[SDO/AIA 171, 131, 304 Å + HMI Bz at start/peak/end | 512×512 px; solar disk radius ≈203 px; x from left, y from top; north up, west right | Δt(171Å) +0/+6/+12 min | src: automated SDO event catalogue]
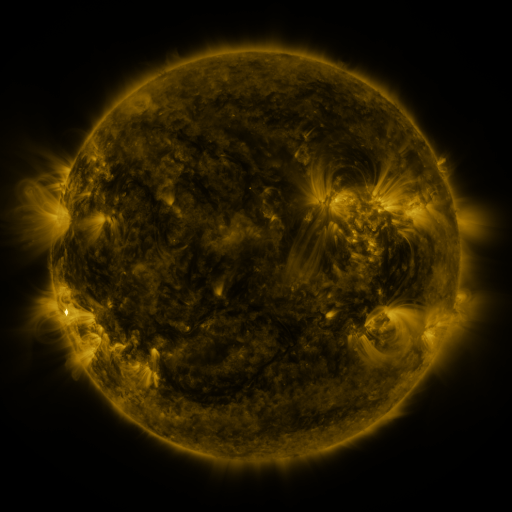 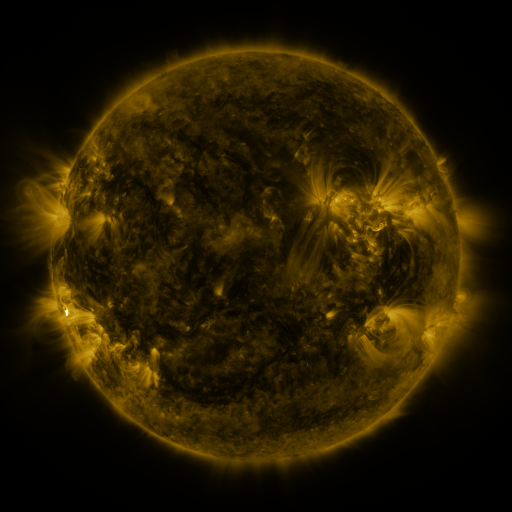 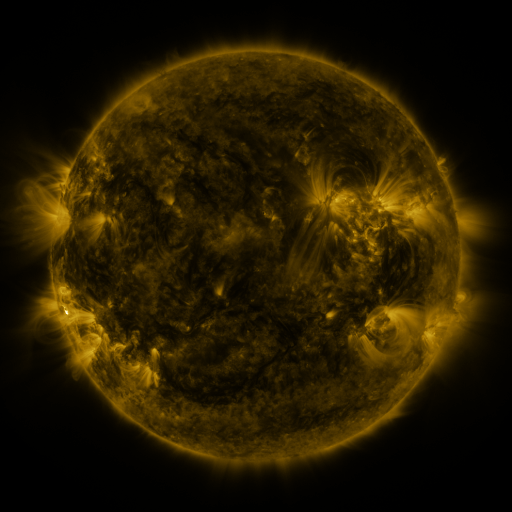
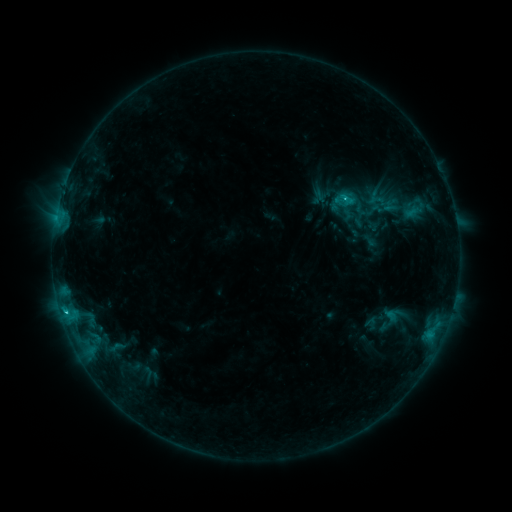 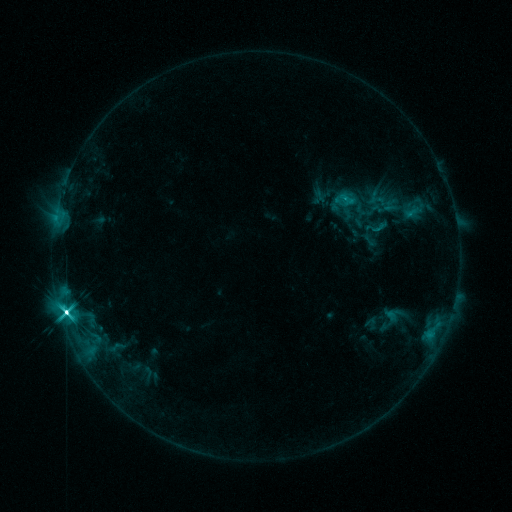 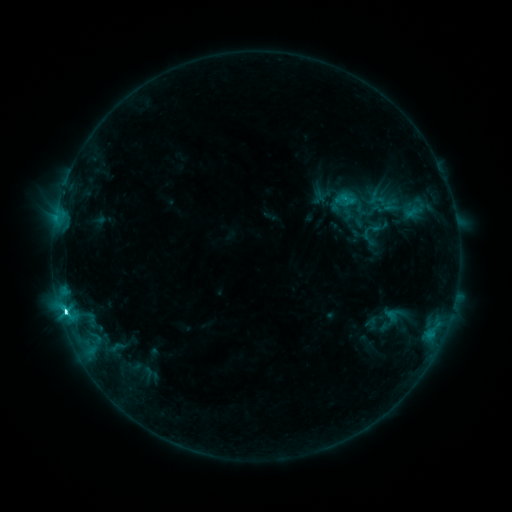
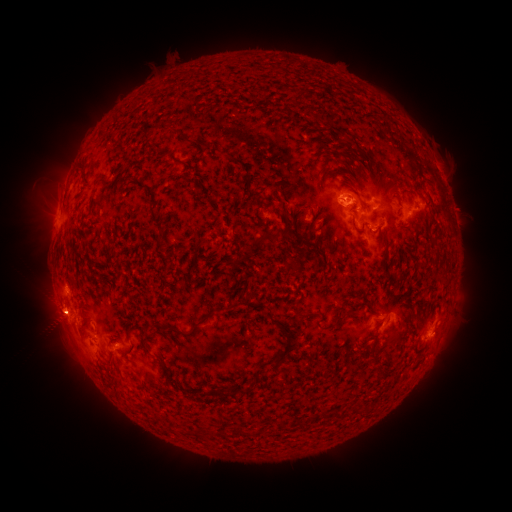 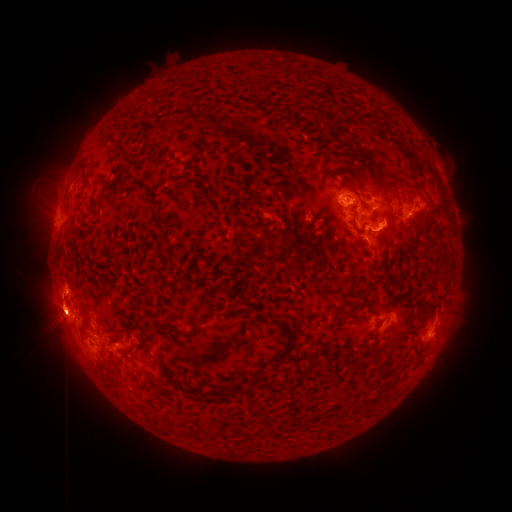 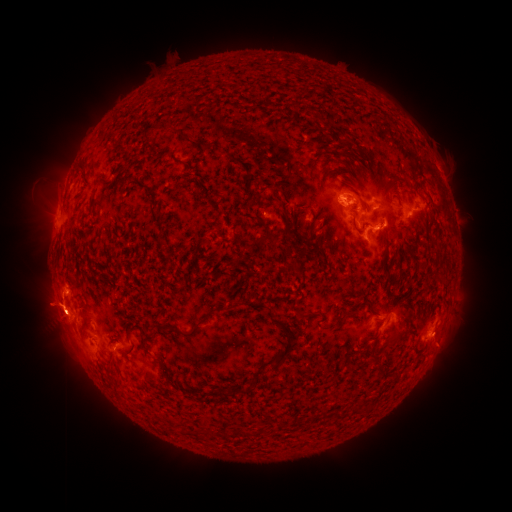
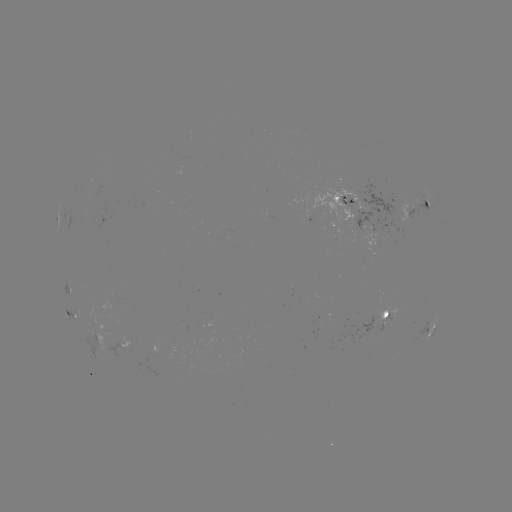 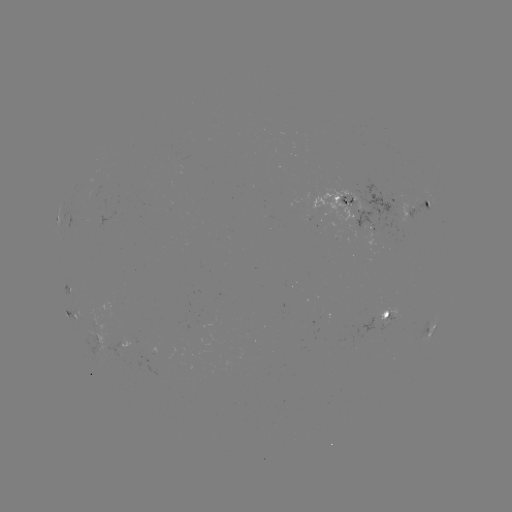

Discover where eruption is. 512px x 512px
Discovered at (59, 287).